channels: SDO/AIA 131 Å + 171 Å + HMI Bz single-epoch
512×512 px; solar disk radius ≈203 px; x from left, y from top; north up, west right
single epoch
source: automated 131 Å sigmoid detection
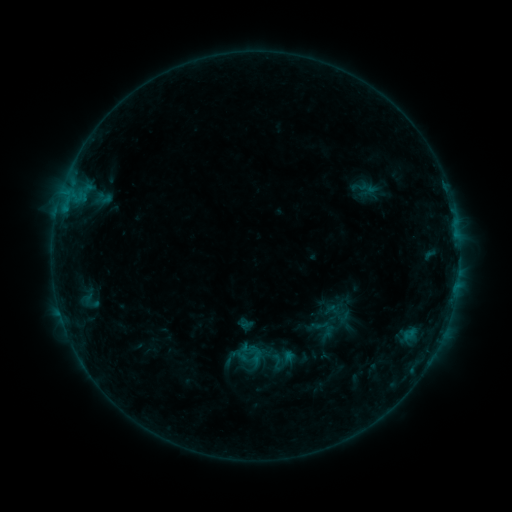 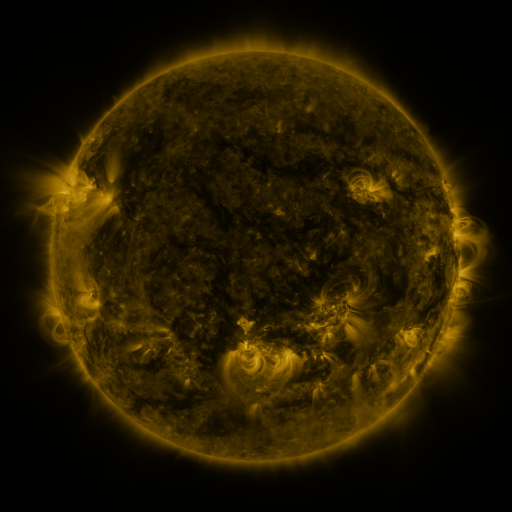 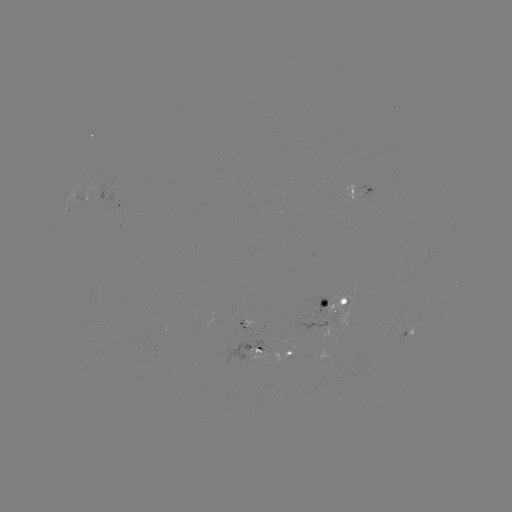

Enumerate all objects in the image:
sigmoid: [246, 346, 264, 364]
